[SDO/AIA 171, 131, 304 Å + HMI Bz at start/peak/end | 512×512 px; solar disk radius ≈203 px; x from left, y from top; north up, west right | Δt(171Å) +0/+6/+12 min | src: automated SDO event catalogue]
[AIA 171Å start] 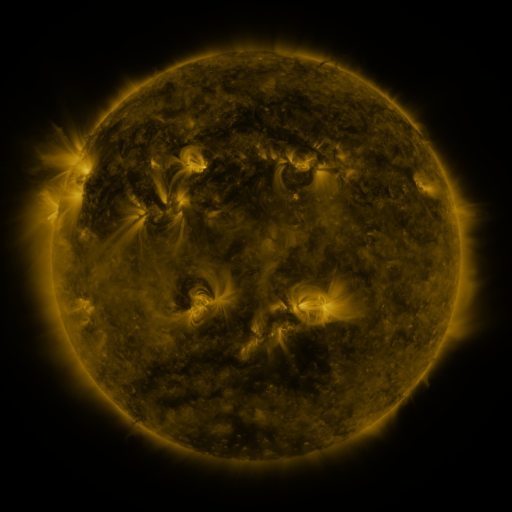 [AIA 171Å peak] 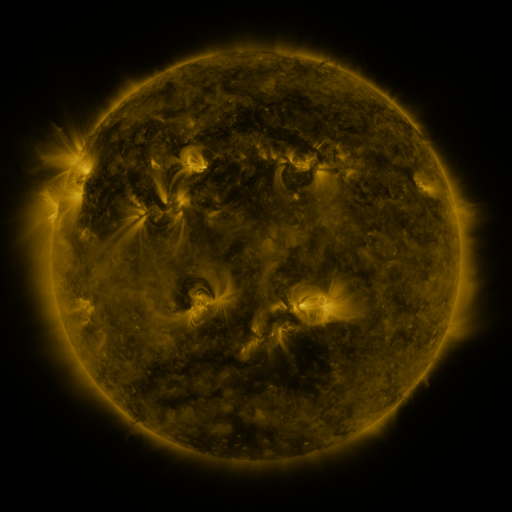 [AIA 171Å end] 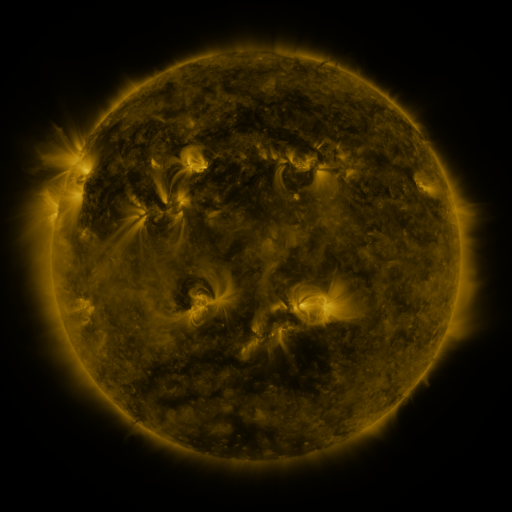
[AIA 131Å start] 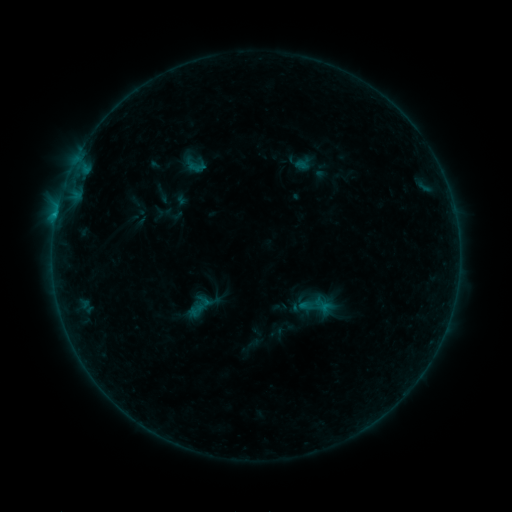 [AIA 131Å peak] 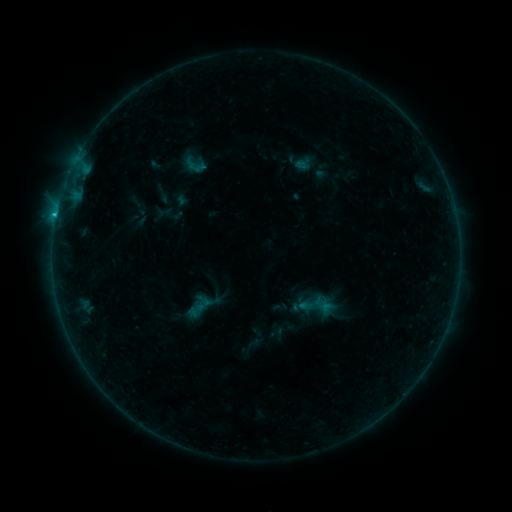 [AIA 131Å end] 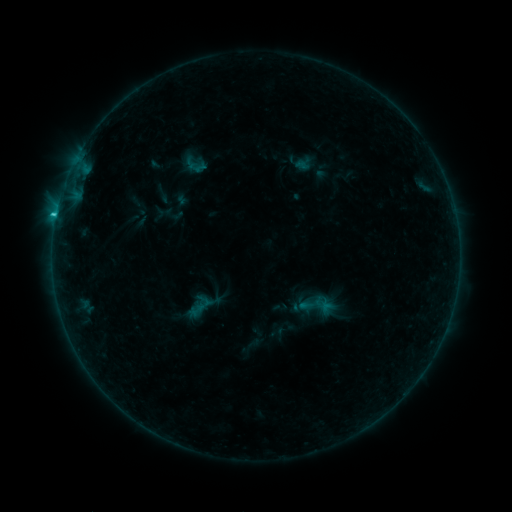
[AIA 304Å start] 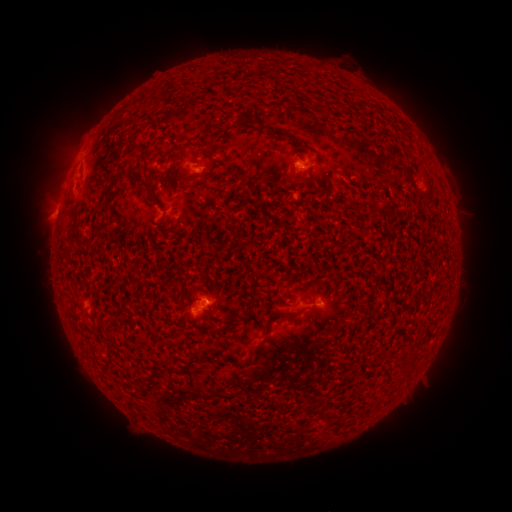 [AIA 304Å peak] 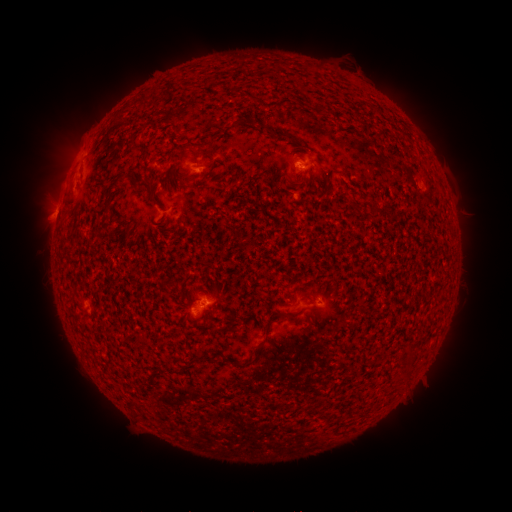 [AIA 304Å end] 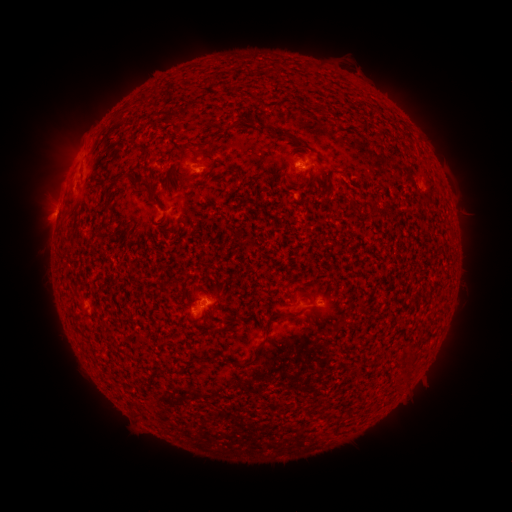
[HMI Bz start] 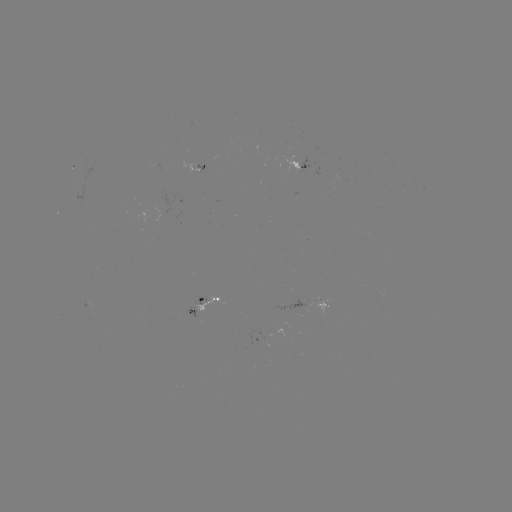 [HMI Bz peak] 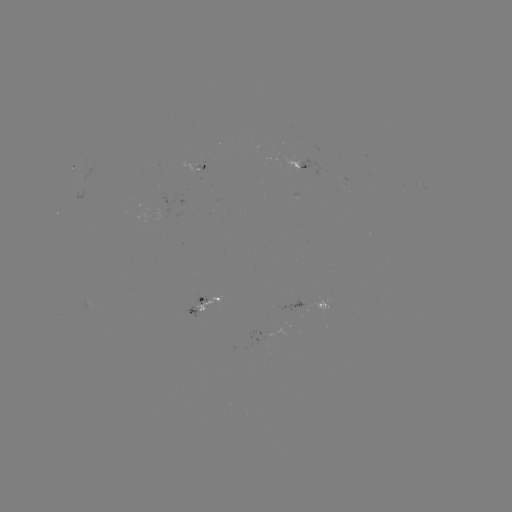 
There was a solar flare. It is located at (57, 217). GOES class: B8.9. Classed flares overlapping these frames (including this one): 1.